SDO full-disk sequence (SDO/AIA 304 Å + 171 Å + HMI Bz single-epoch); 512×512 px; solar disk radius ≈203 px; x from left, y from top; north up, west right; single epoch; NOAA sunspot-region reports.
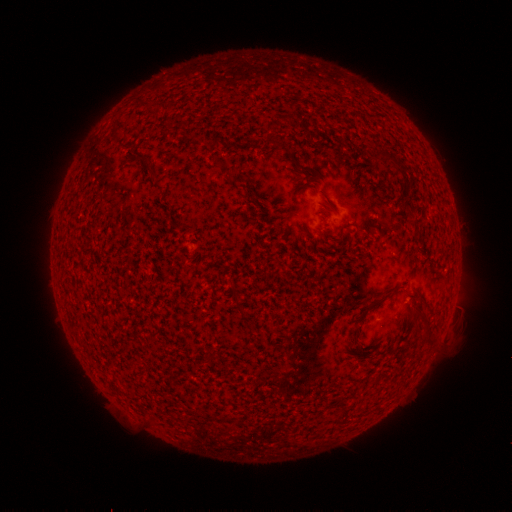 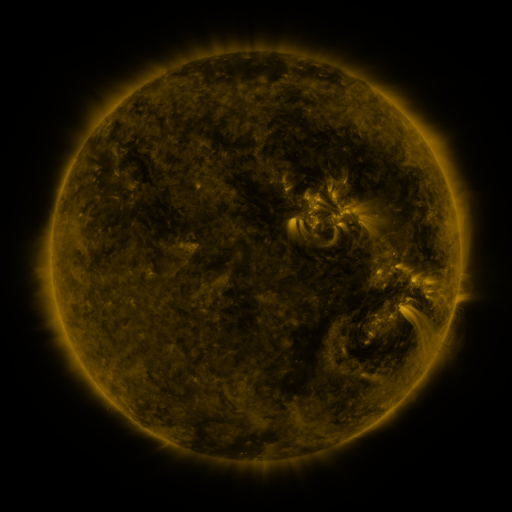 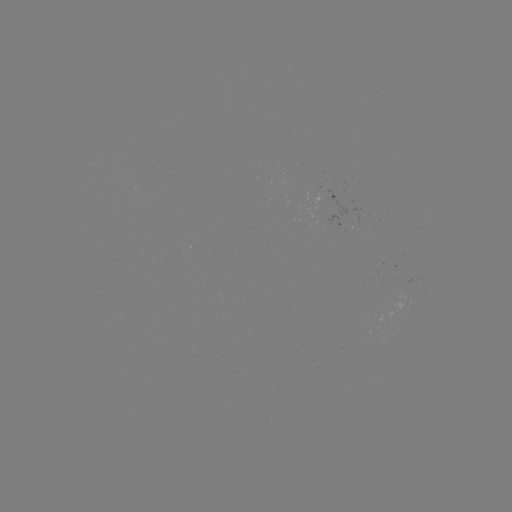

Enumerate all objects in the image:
spotted active region: (343, 224)
spotted active region: (407, 298)
